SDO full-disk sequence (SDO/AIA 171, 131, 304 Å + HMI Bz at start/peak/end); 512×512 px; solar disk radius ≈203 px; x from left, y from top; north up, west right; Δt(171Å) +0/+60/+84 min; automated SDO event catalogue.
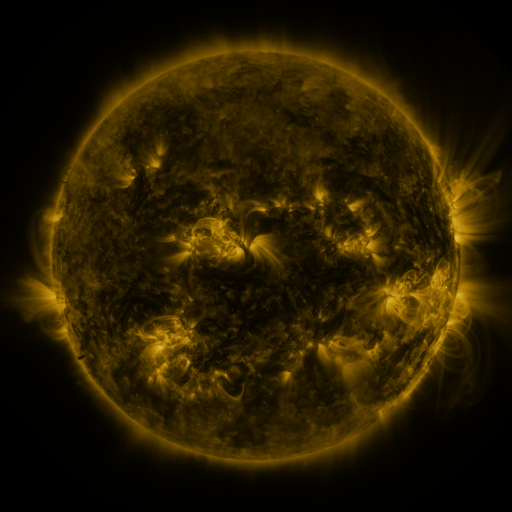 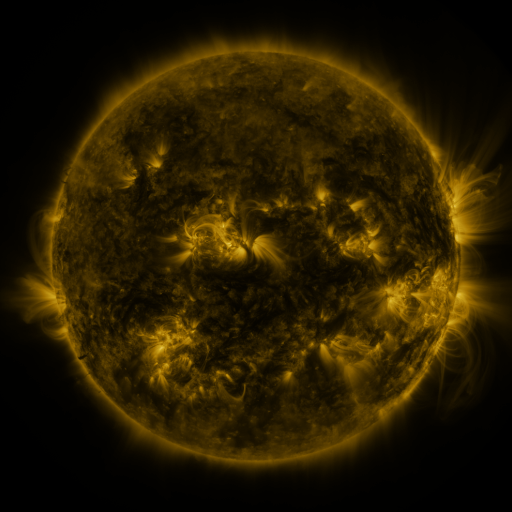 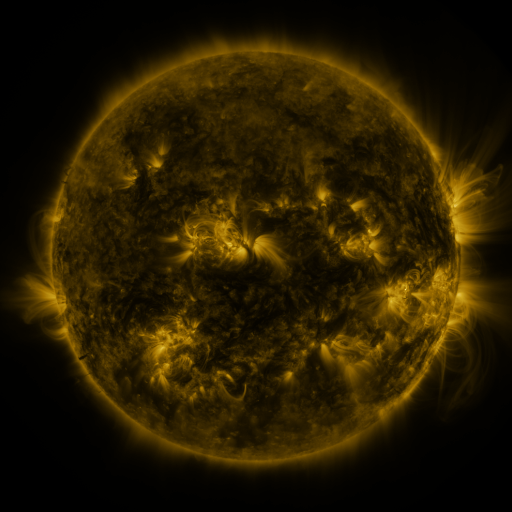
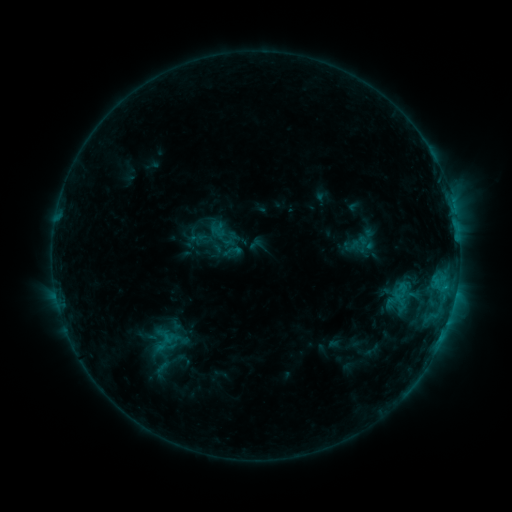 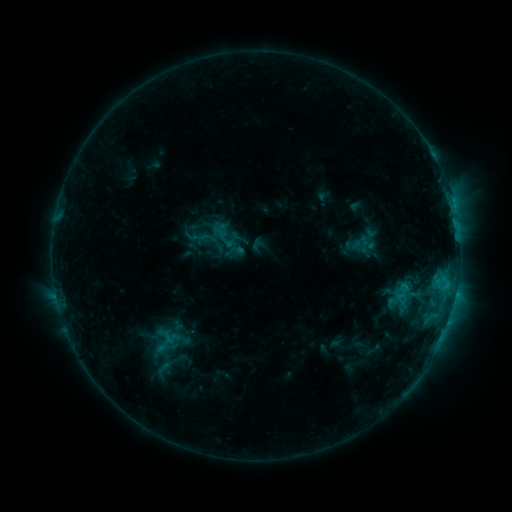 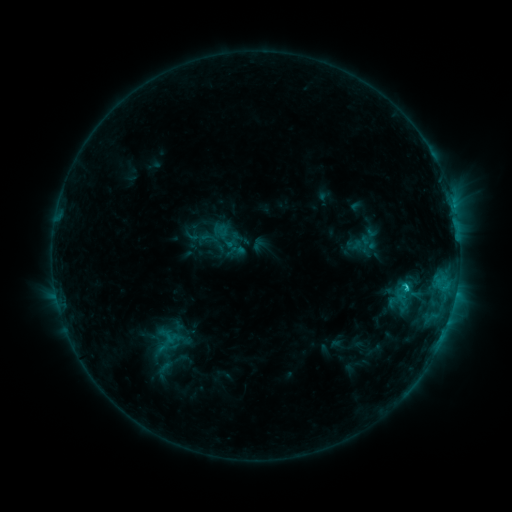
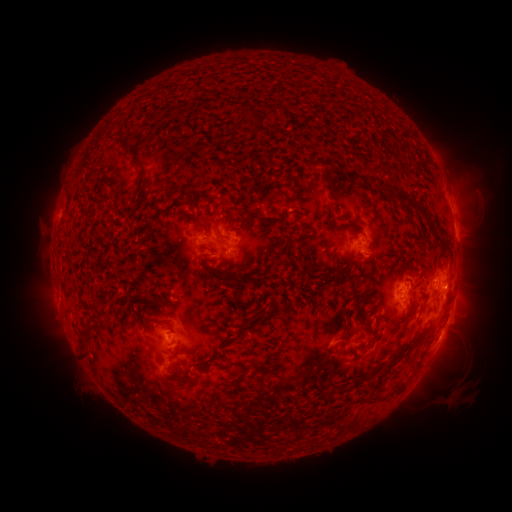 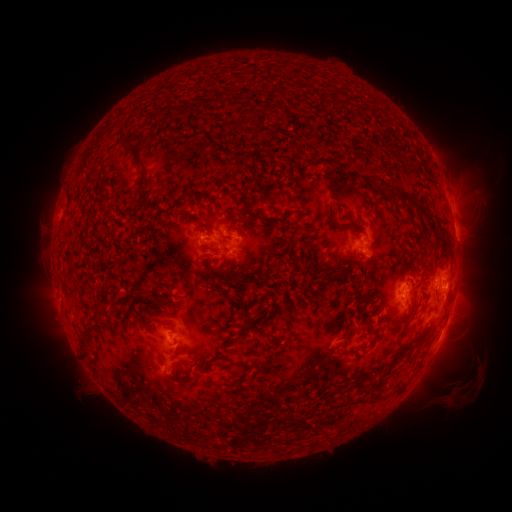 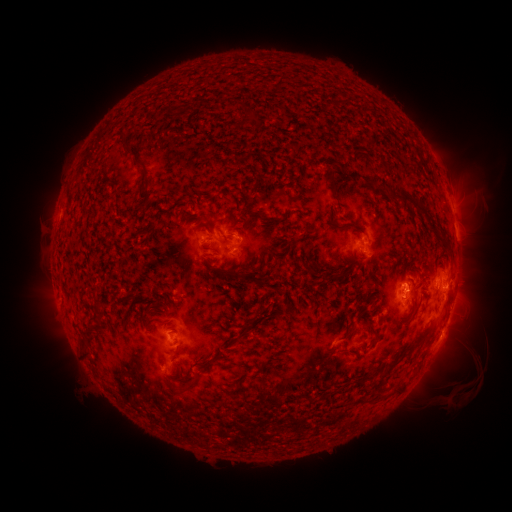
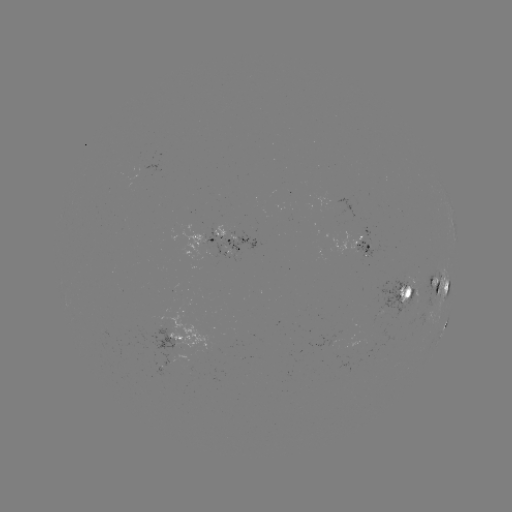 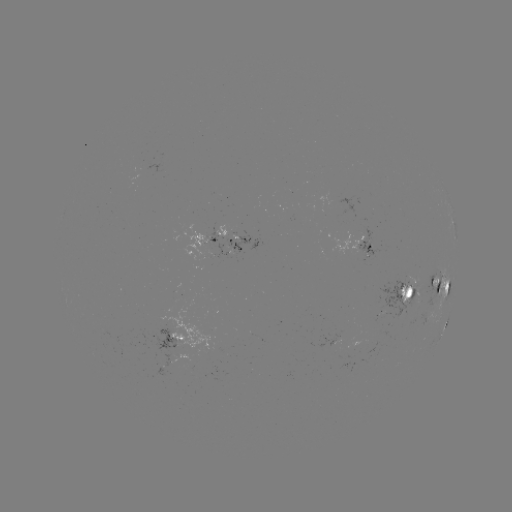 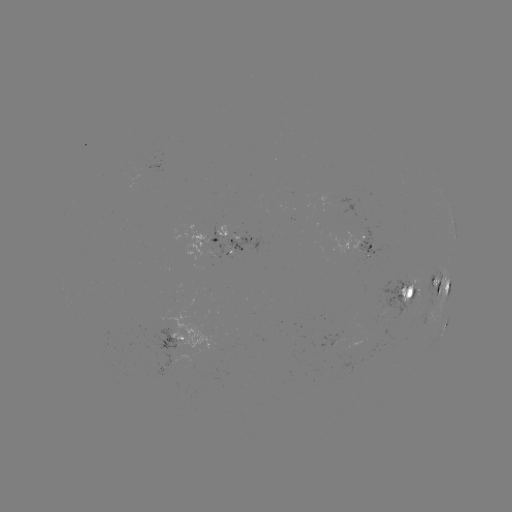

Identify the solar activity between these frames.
emerging-flux region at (415, 286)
